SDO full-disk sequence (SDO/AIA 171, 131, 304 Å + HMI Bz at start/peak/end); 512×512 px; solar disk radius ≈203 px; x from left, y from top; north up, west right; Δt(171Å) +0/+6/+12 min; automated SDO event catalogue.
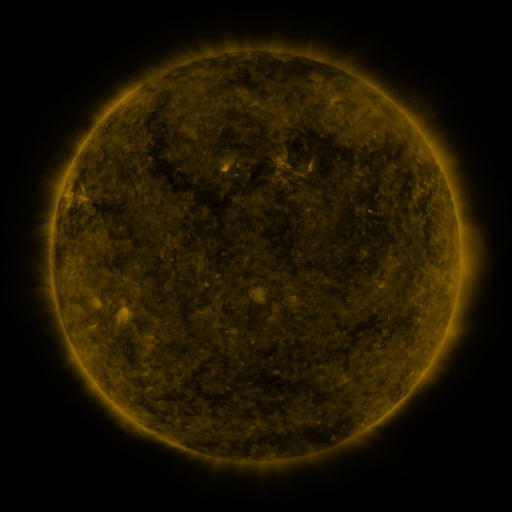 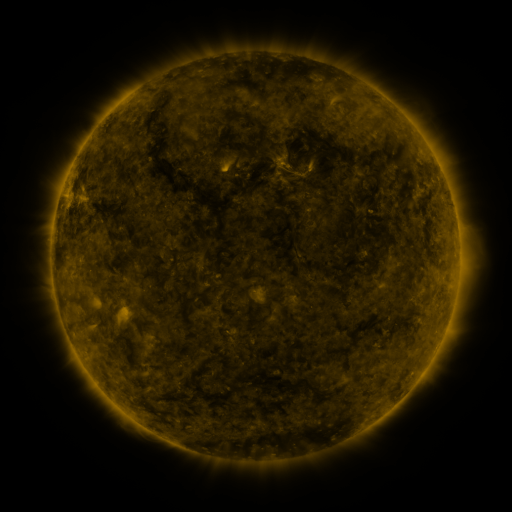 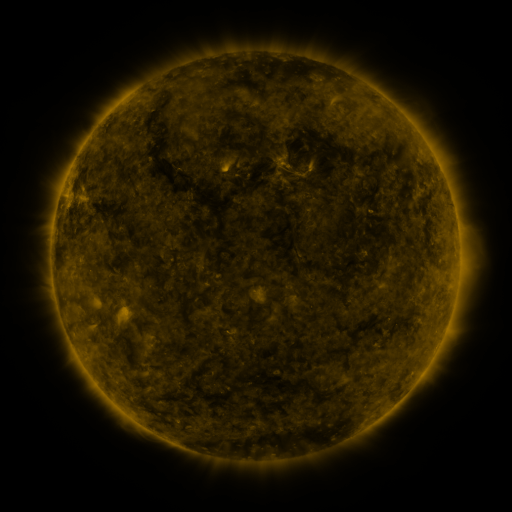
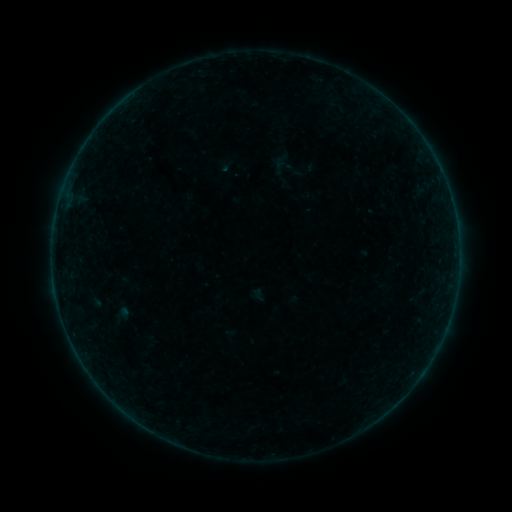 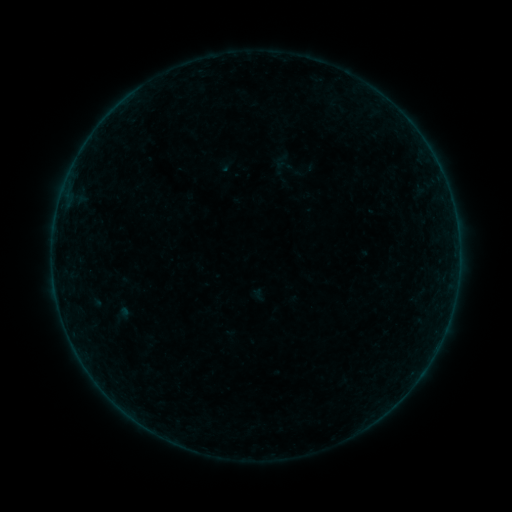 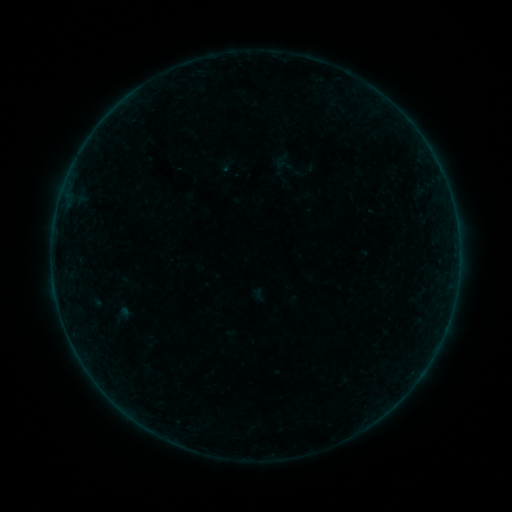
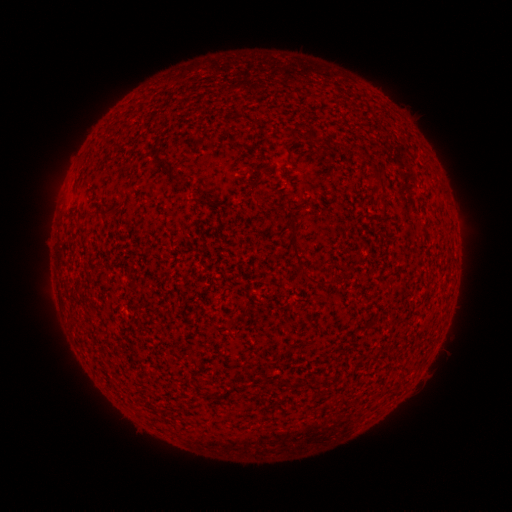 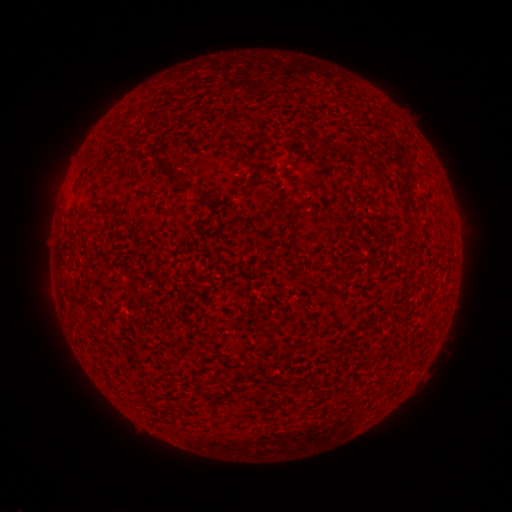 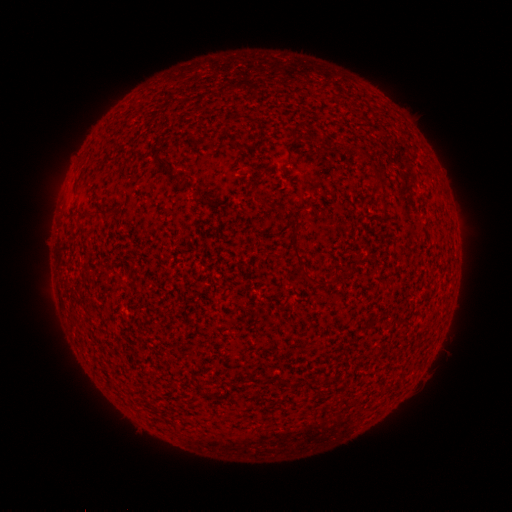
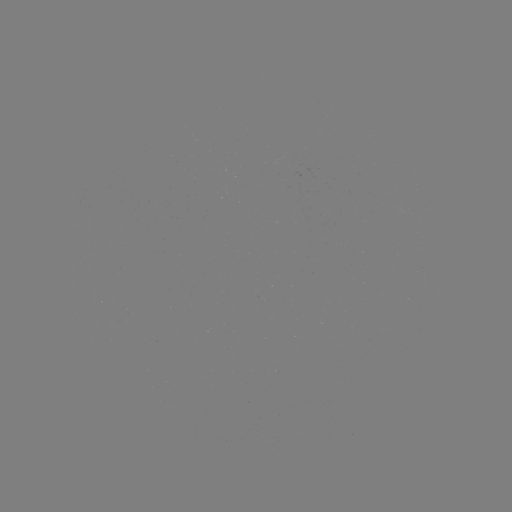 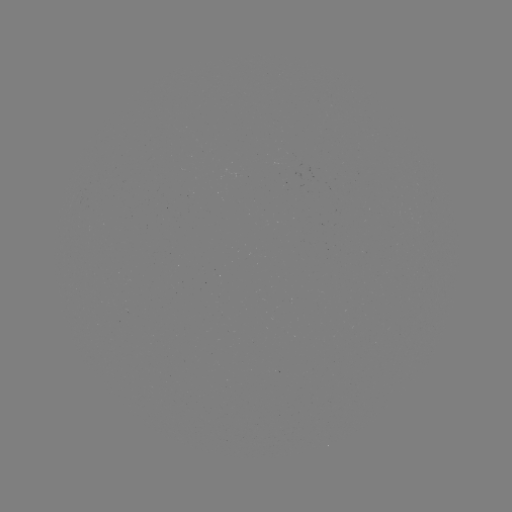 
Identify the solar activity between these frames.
B1.9 flare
